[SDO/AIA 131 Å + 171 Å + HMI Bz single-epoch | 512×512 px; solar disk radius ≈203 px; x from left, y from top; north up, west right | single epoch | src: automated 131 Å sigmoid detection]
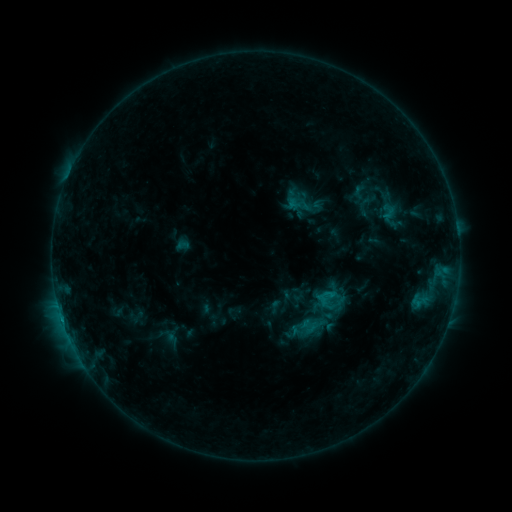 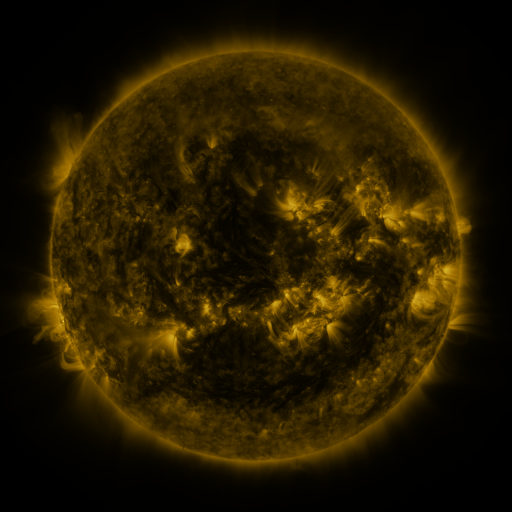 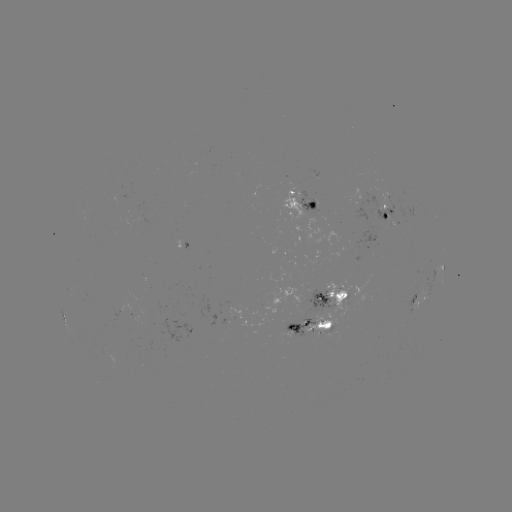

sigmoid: (300, 317, 317, 334)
